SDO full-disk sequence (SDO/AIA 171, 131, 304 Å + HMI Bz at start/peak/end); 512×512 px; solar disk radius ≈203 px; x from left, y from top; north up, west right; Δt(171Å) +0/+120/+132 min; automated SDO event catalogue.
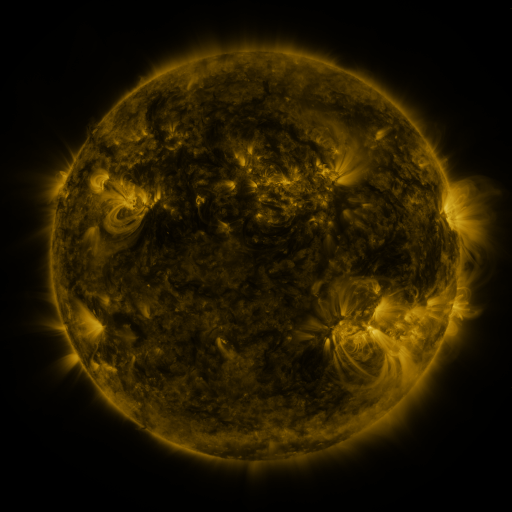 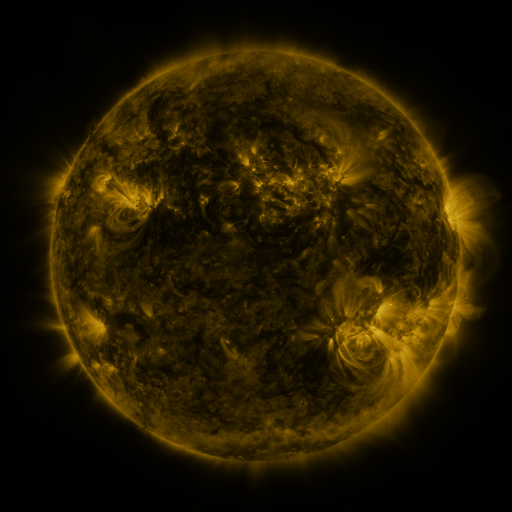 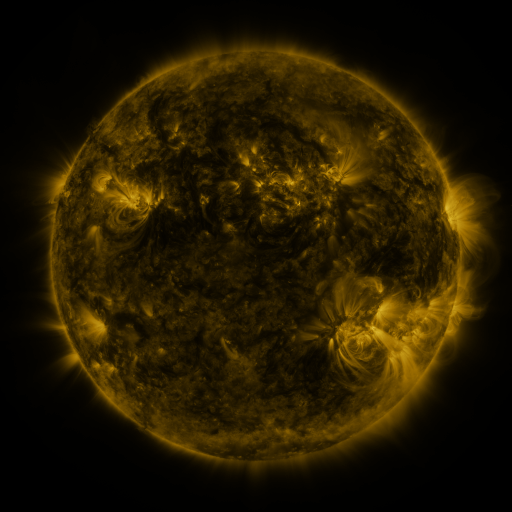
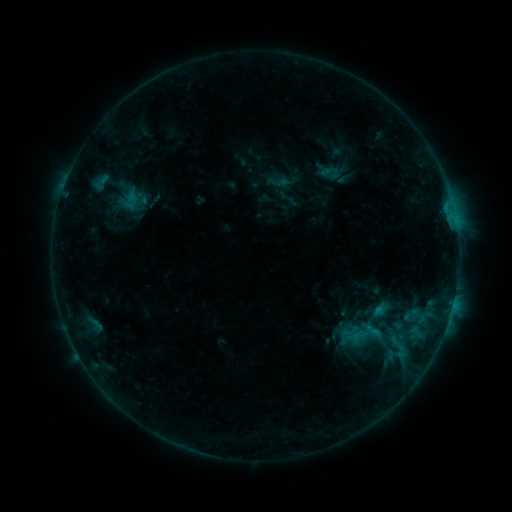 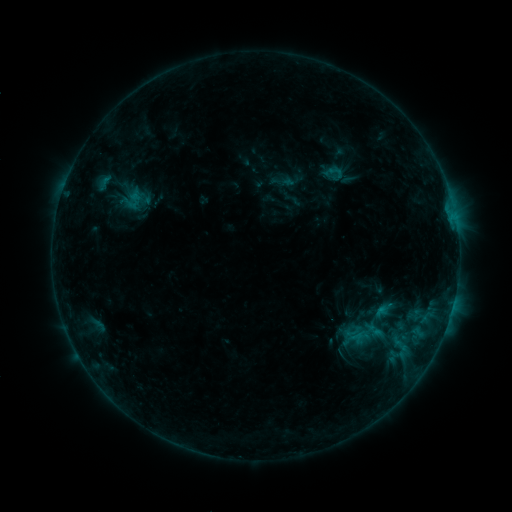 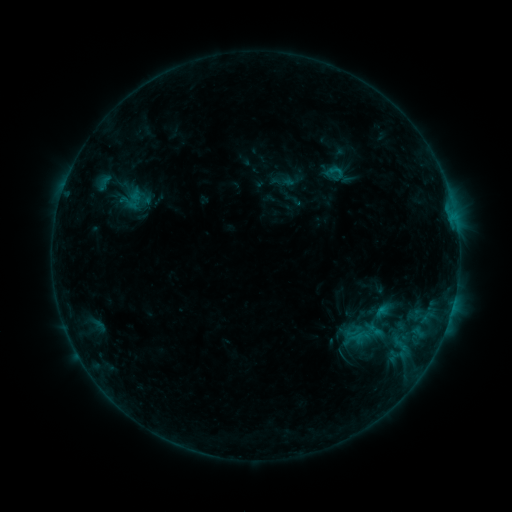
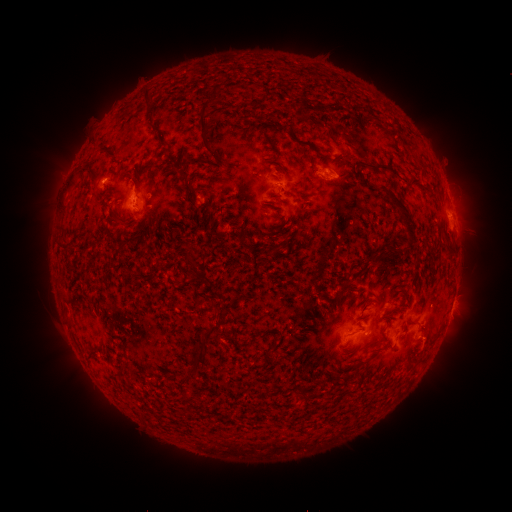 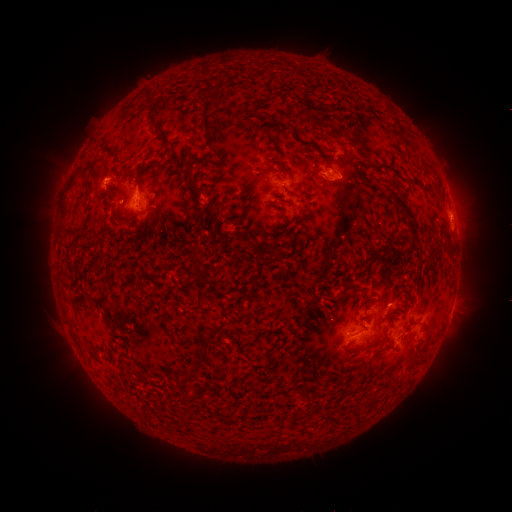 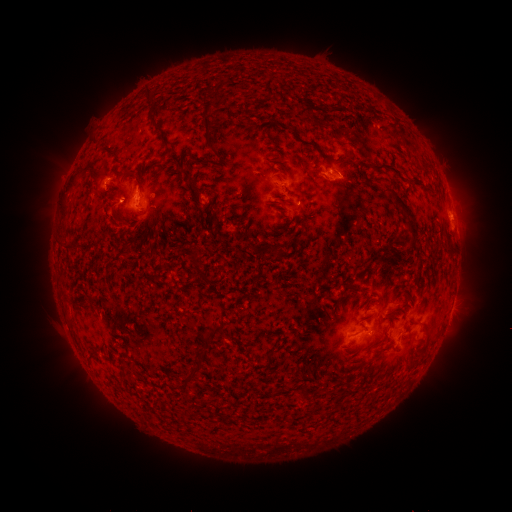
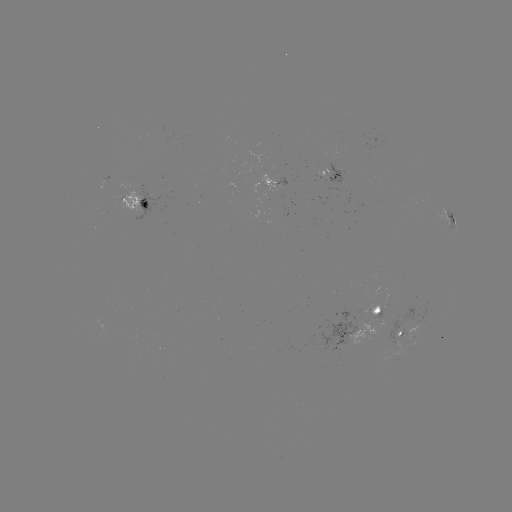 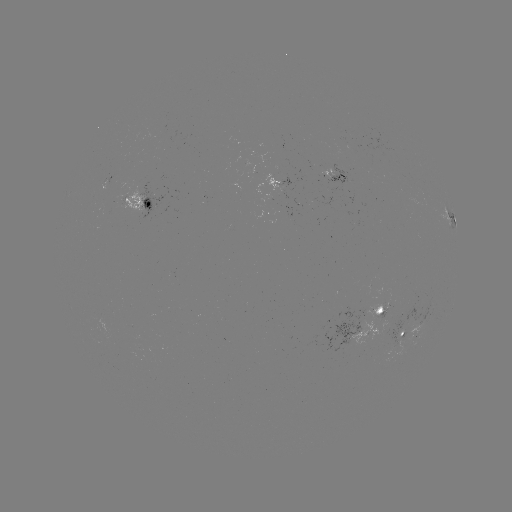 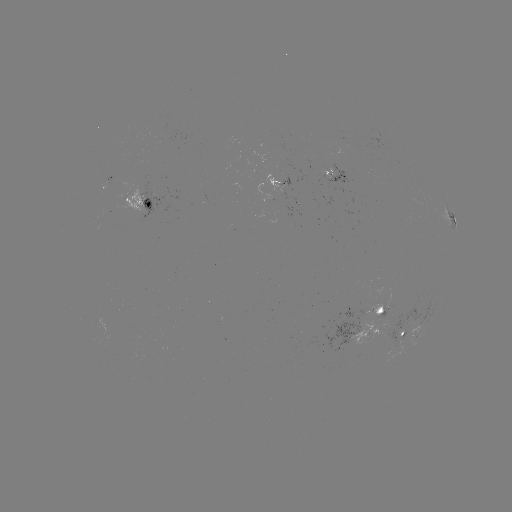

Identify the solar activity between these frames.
emerging-flux region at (375, 311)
